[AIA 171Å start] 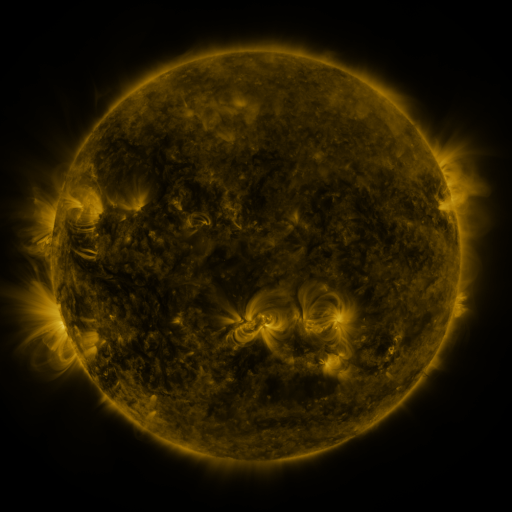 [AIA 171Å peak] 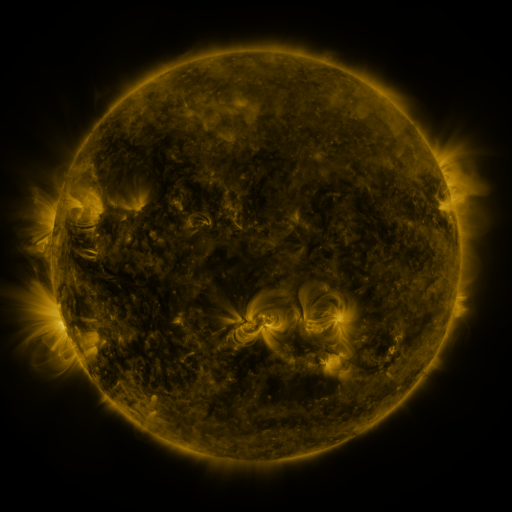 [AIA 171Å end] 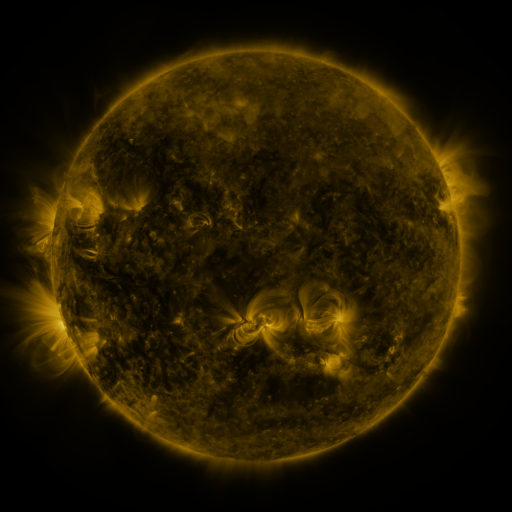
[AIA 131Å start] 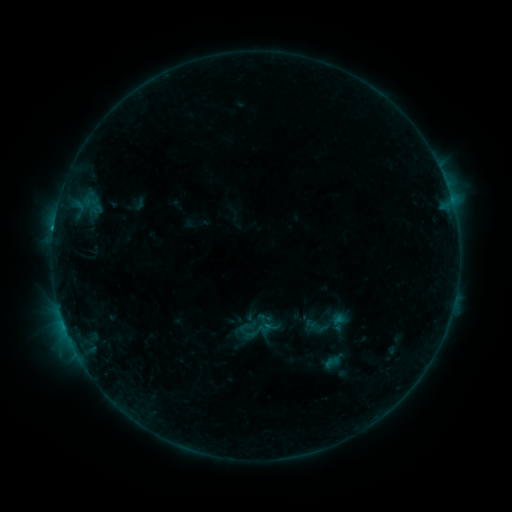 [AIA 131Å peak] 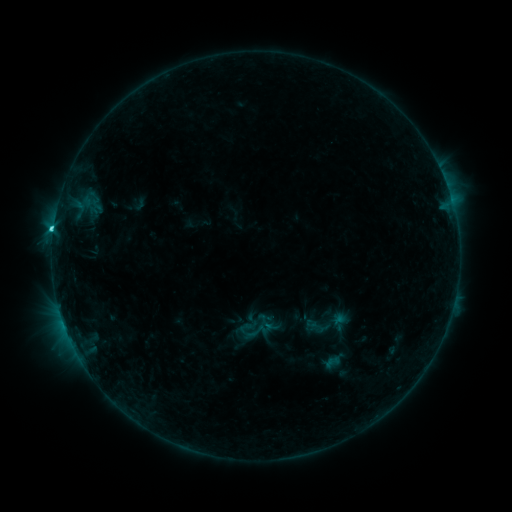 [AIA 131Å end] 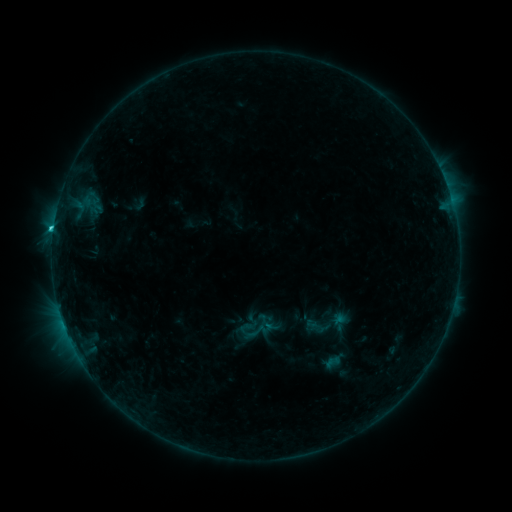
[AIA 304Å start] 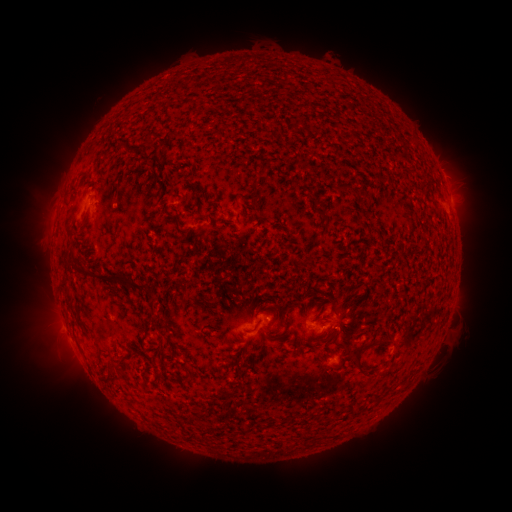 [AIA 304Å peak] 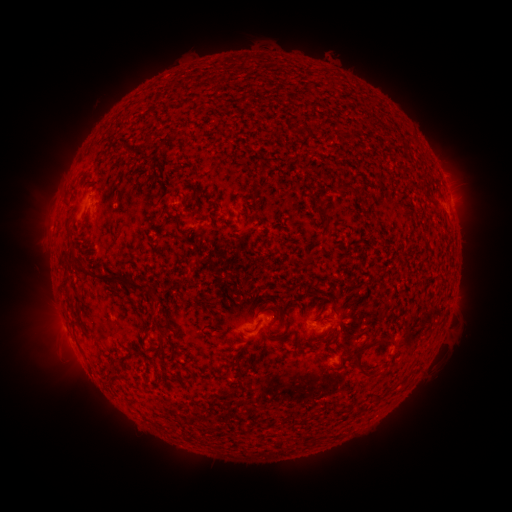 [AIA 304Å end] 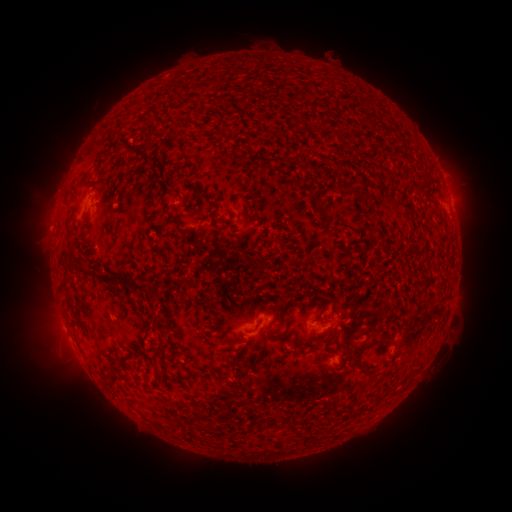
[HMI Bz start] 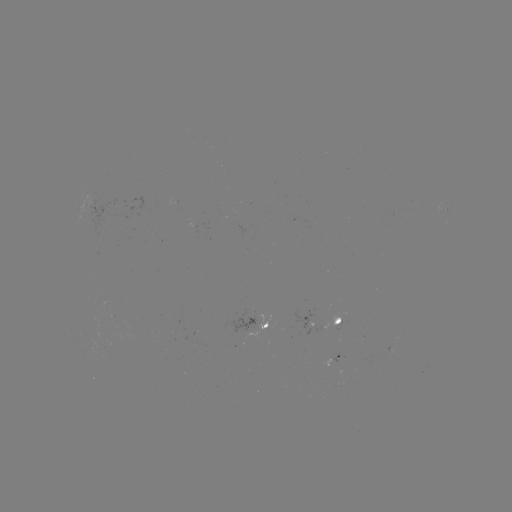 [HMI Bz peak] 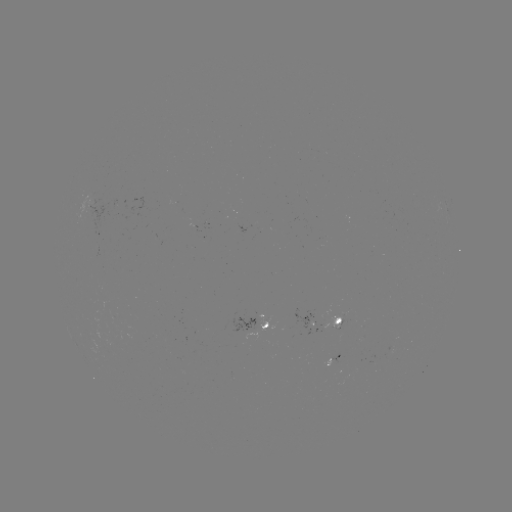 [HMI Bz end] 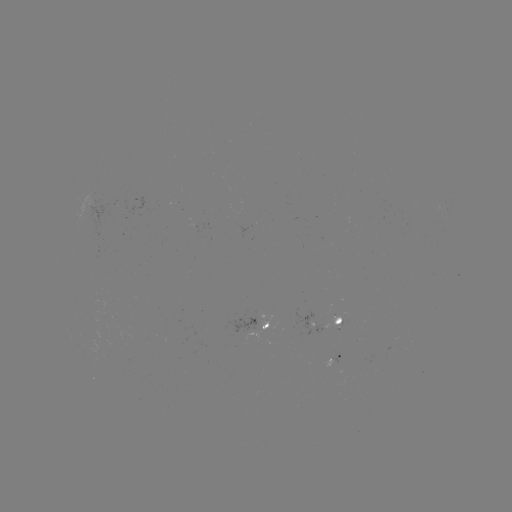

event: flare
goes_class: C2.1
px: (54, 231)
